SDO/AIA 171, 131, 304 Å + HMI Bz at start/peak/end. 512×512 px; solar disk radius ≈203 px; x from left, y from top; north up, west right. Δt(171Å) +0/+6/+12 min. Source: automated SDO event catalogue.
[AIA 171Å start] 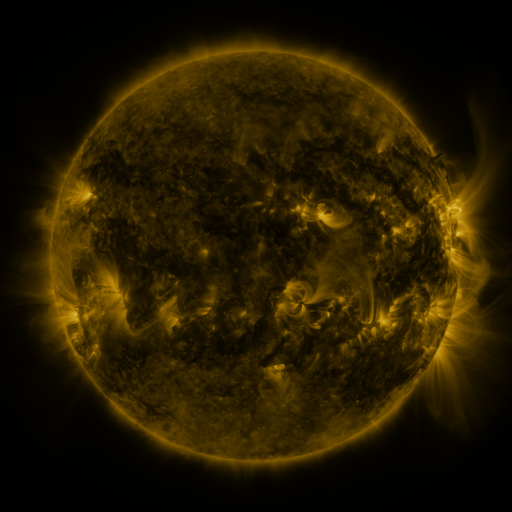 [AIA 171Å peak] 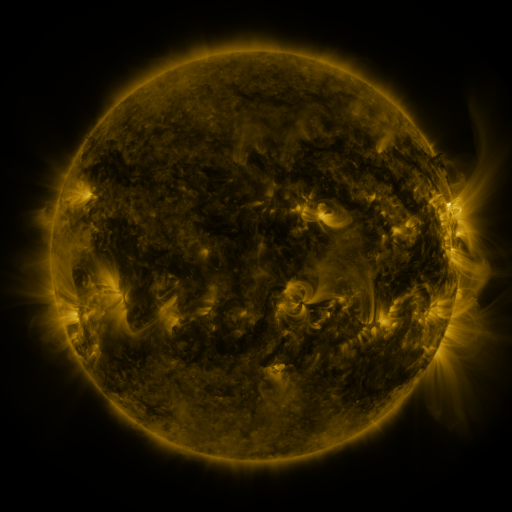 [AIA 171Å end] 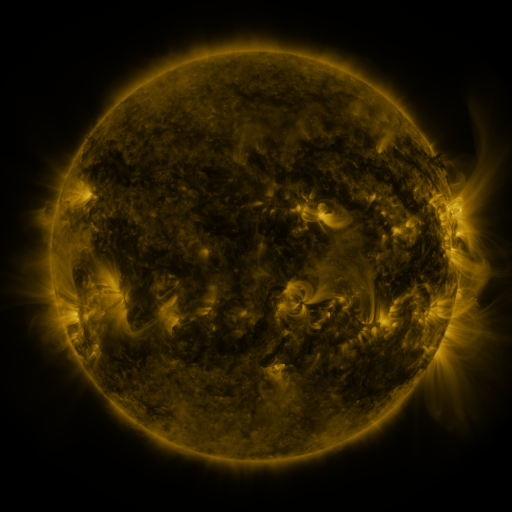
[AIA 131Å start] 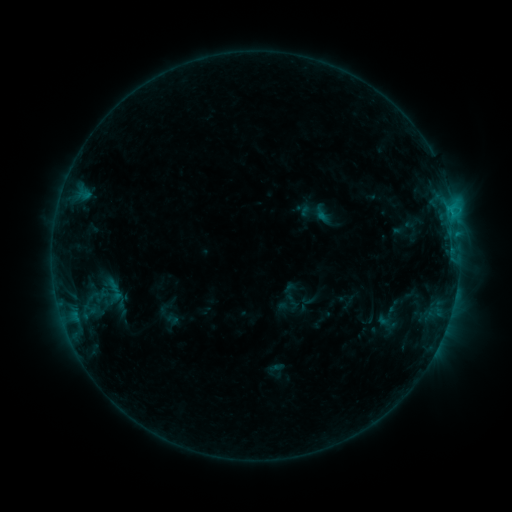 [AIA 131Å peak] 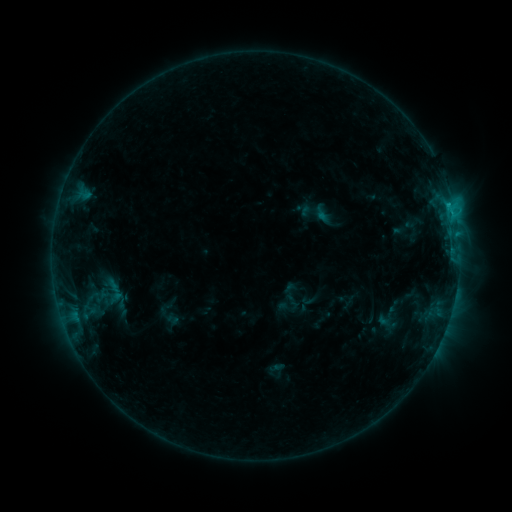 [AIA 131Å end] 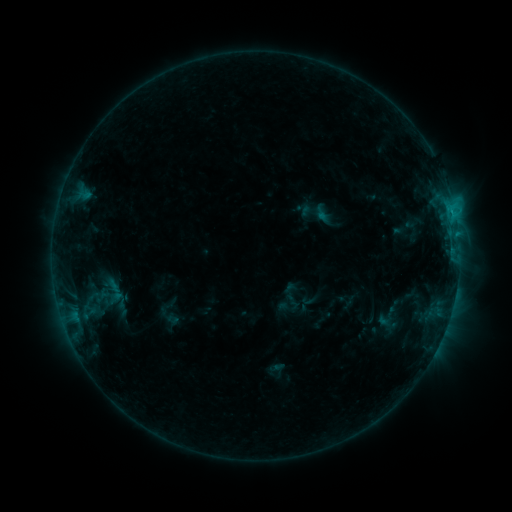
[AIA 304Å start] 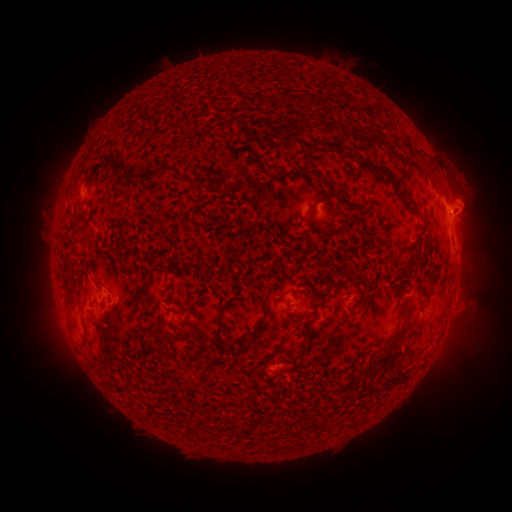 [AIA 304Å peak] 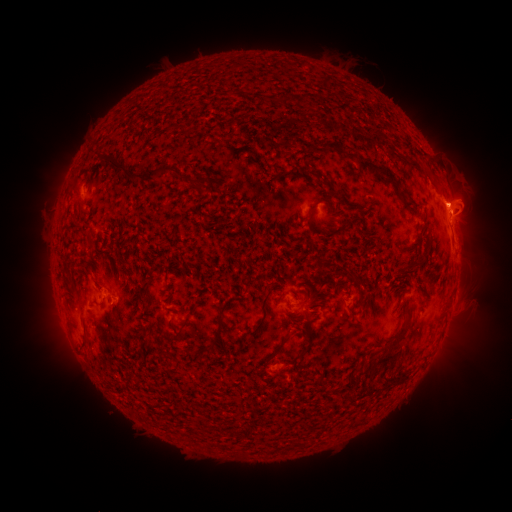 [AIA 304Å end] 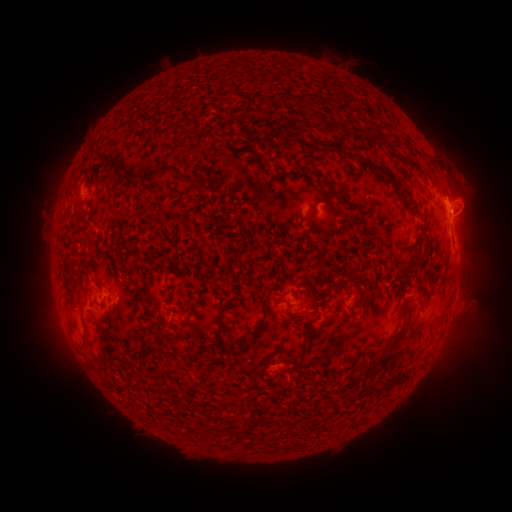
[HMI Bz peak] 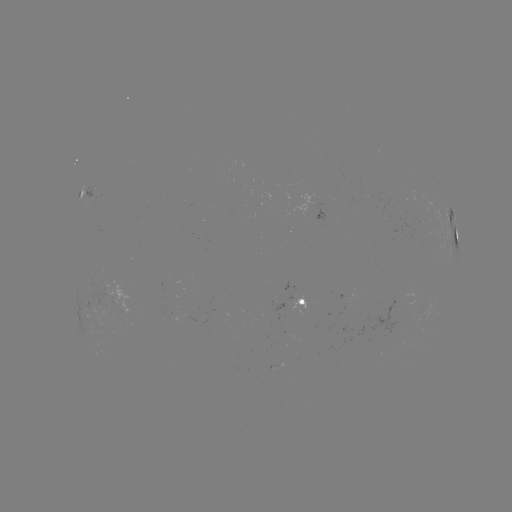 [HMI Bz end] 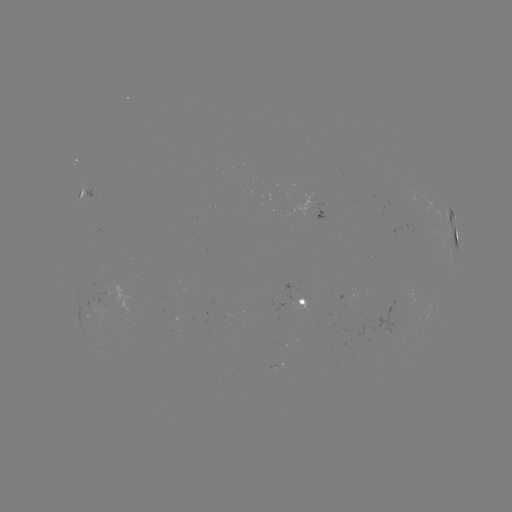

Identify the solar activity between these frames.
eruption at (450, 190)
